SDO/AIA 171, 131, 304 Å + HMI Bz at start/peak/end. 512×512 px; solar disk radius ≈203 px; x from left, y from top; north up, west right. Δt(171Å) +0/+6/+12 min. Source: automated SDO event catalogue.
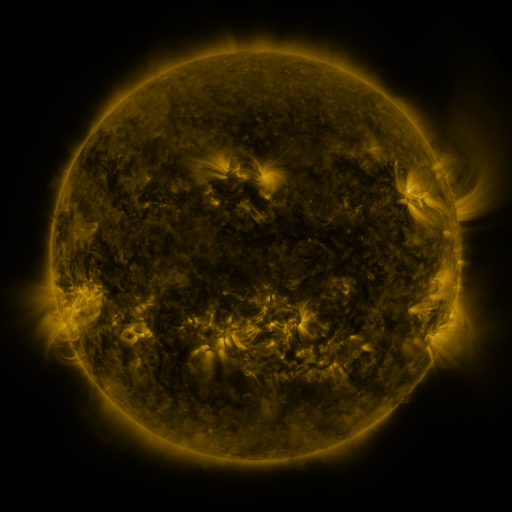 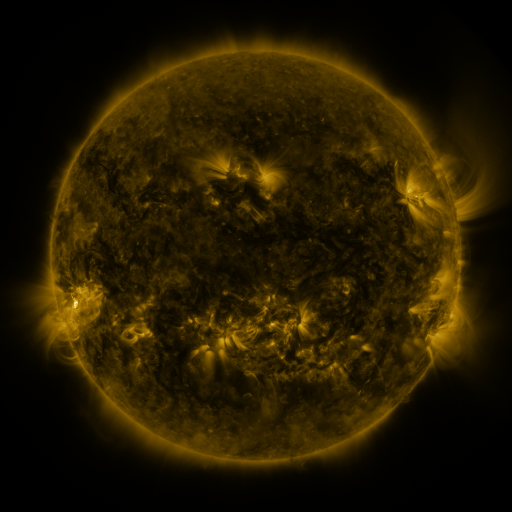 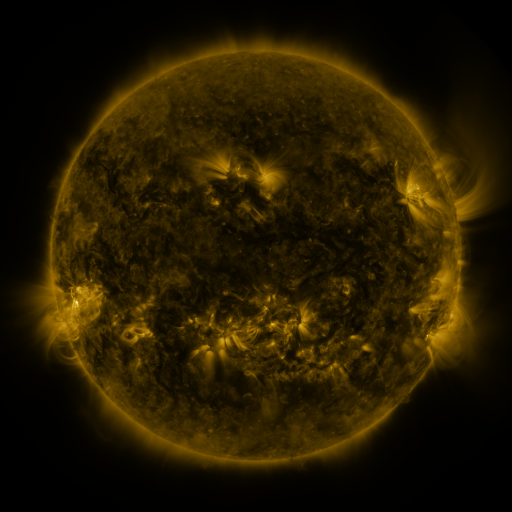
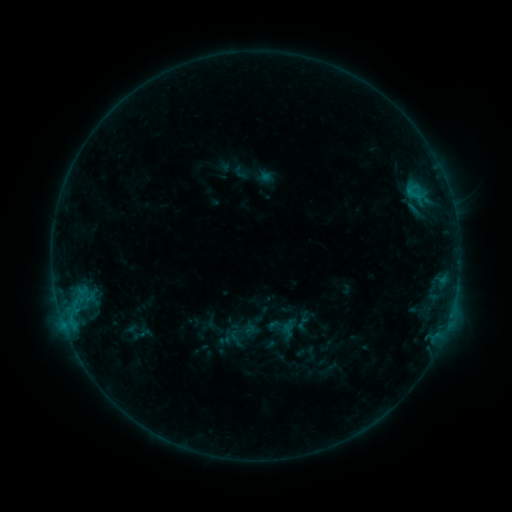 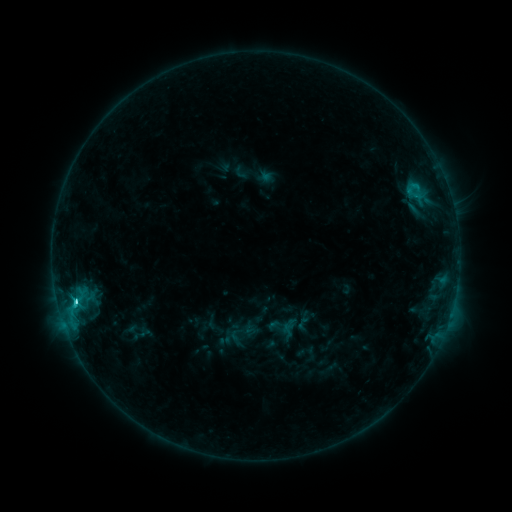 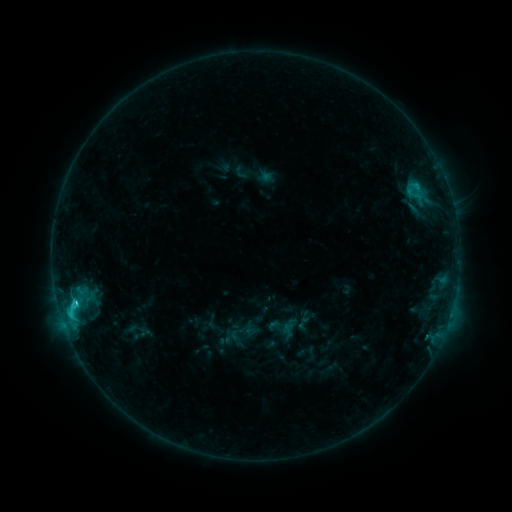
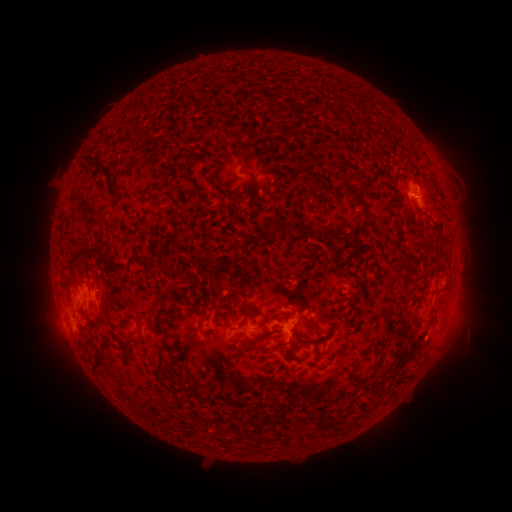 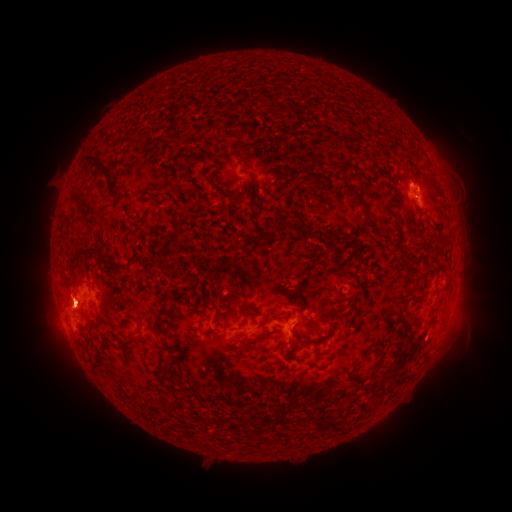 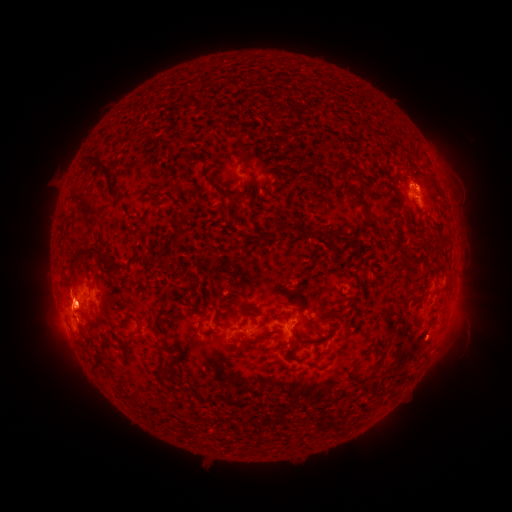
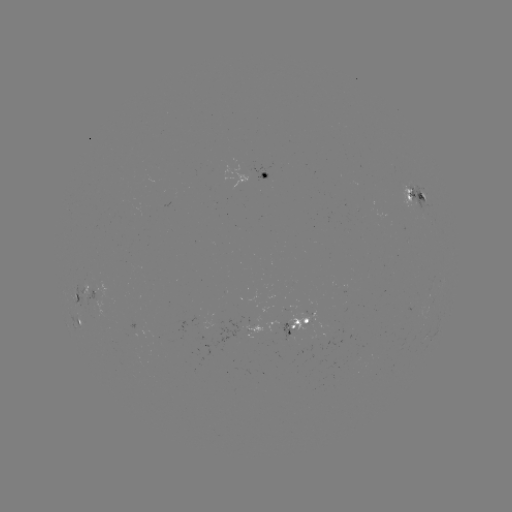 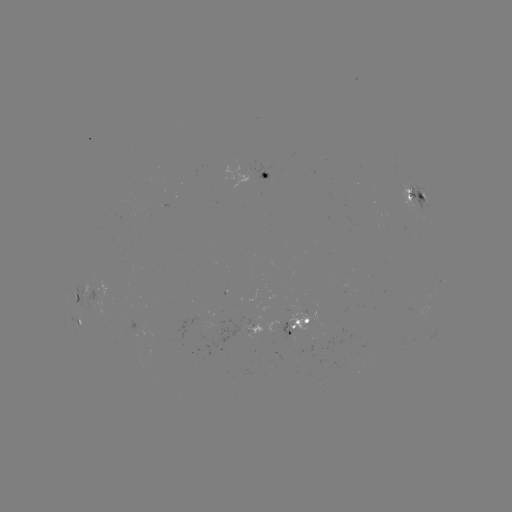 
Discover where C3.0 flare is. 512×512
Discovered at [75, 300].